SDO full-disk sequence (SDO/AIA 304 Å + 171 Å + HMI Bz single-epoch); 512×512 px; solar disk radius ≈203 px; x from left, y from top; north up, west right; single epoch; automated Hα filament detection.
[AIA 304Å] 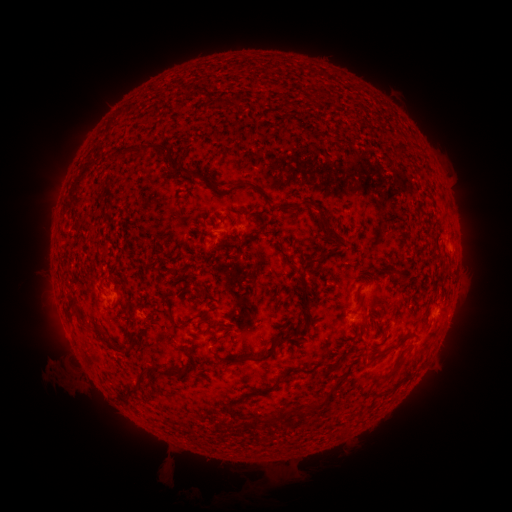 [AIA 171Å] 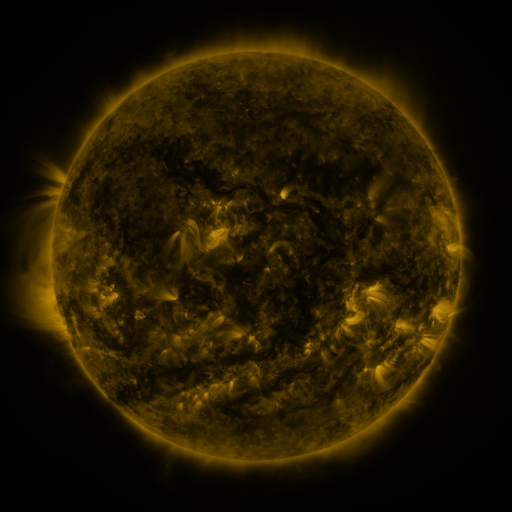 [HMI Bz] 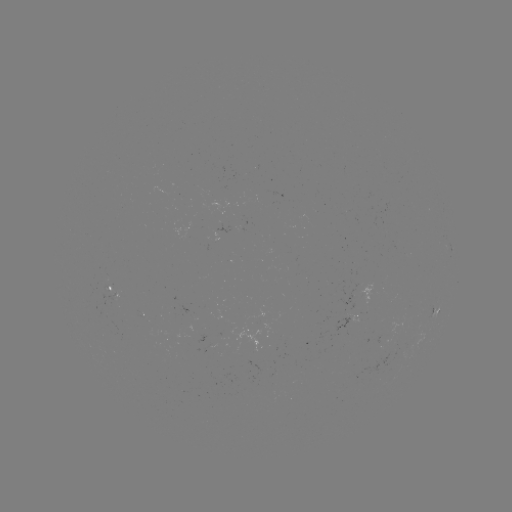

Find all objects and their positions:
filament: (312, 89, 321, 101)
filament: (228, 96, 237, 108)
filament: (109, 144, 208, 187)
filament: (234, 181, 268, 206)
filament: (288, 202, 301, 211)
filament: (253, 212, 262, 219)
filament: (317, 212, 340, 241)
filament: (279, 250, 297, 269)
filament: (298, 251, 332, 290)
filament: (391, 267, 408, 283)
filament: (353, 288, 361, 298)
filament: (68, 296, 87, 324)
filament: (358, 309, 370, 326)
filament: (213, 321, 224, 329)
filament: (91, 322, 101, 332)
filament: (280, 323, 301, 341)
filament: (394, 330, 418, 348)
filament: (100, 332, 115, 349)
filament: (213, 344, 278, 364)
filament: (121, 347, 132, 357)
filament: (383, 351, 405, 380)
filament: (322, 362, 340, 375)
filament: (153, 364, 182, 380)
filament: (277, 371, 295, 385)
filament: (127, 373, 148, 397)
filament: (313, 396, 329, 411)
filament: (268, 407, 309, 423)
